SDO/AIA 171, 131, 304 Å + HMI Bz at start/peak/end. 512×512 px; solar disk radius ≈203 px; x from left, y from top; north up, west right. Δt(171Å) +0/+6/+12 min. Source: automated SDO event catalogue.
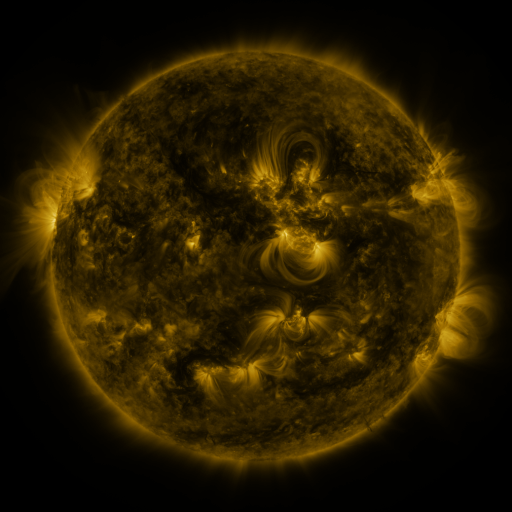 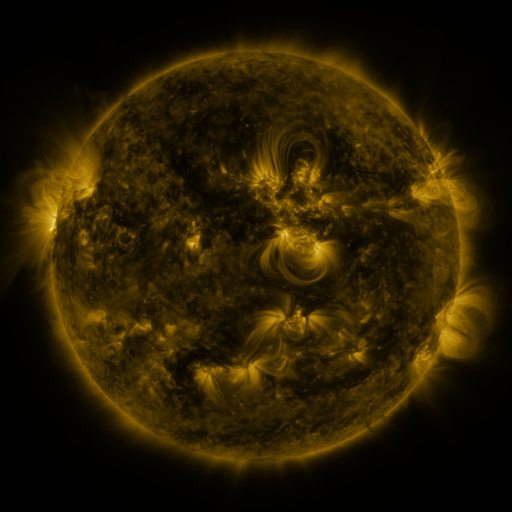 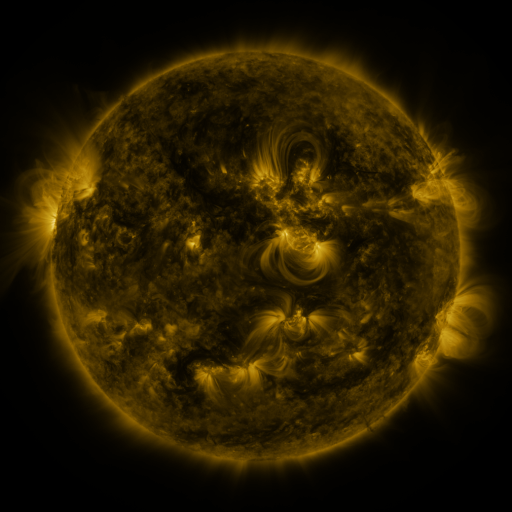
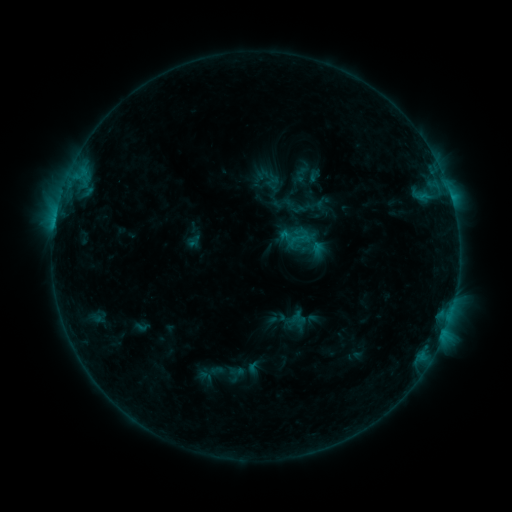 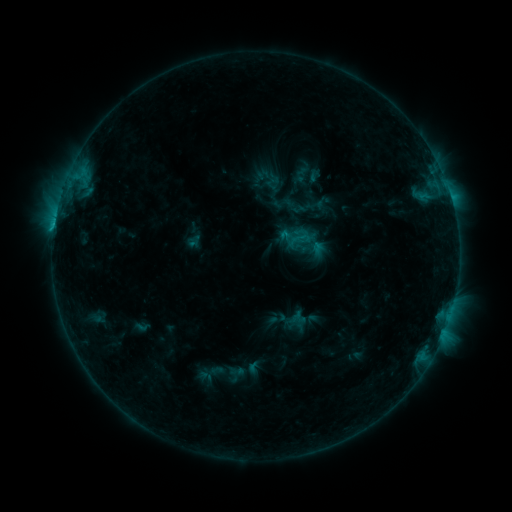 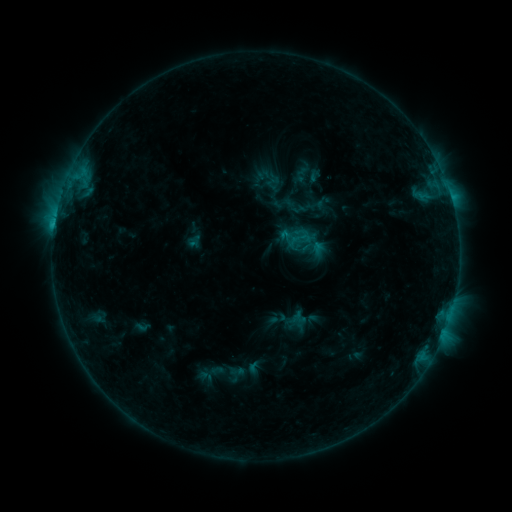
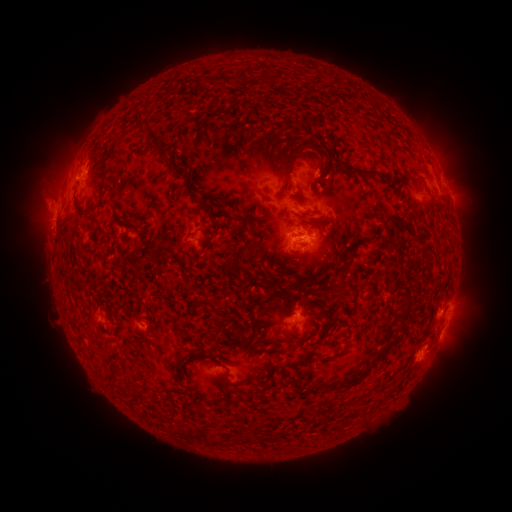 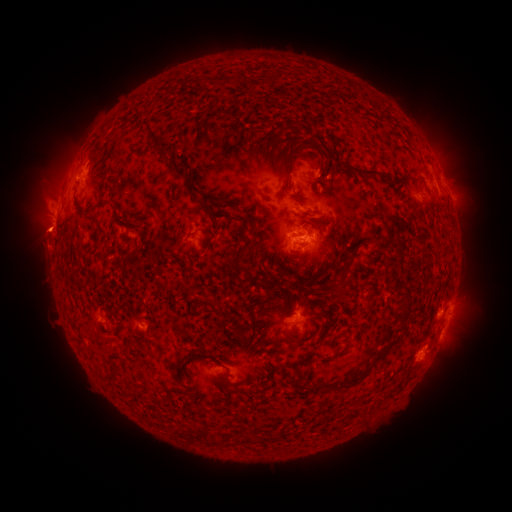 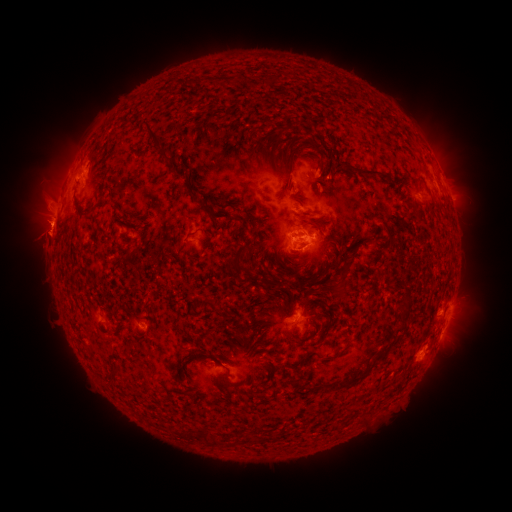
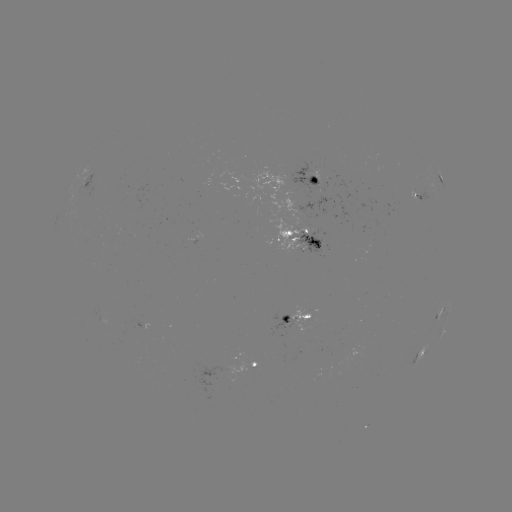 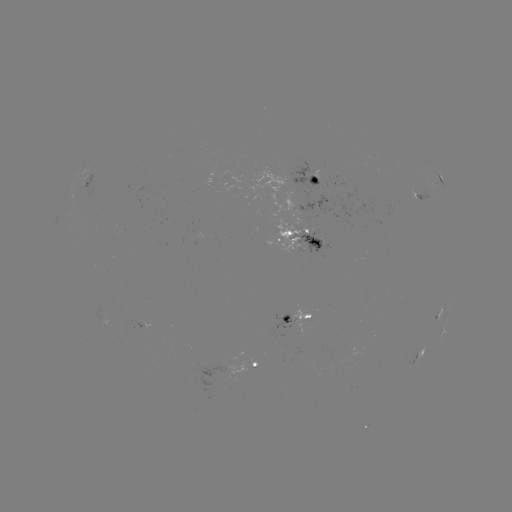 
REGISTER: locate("eruption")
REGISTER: (45, 231)